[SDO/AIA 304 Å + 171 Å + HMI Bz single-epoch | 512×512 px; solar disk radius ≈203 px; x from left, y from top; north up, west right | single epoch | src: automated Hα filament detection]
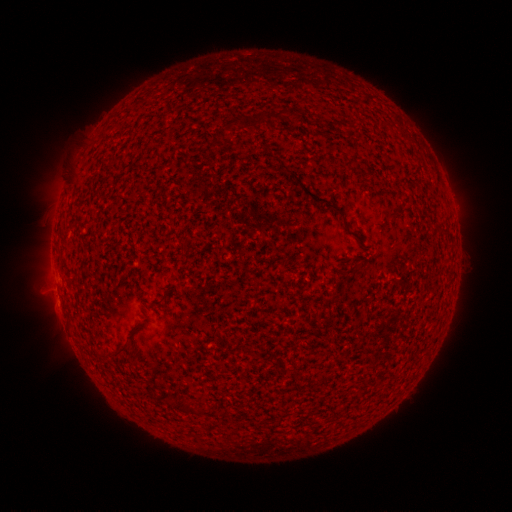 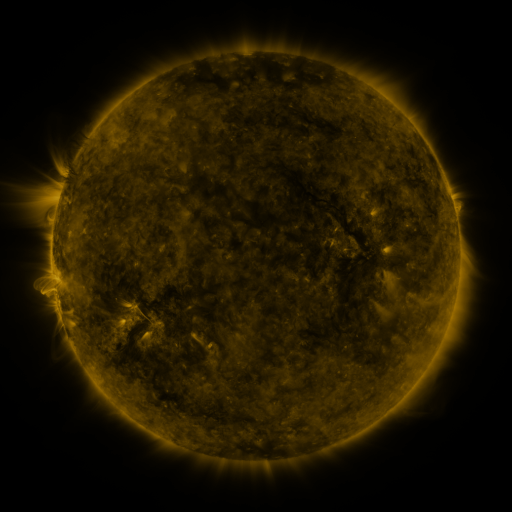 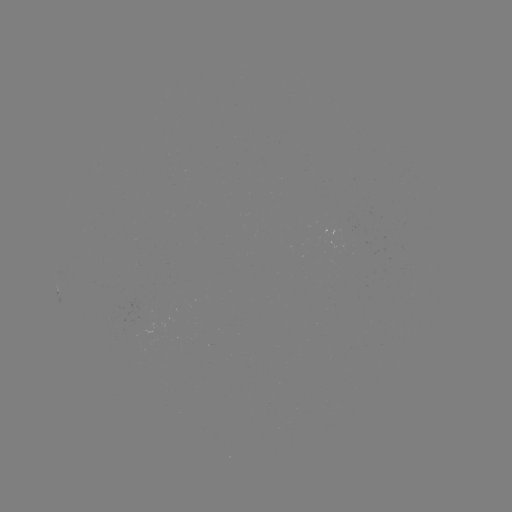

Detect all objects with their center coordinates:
filament: [274, 110, 287, 122]
filament: [252, 117, 265, 128]
filament: [224, 123, 235, 131]
filament: [296, 179, 346, 219]
filament: [108, 341, 128, 356]
filament: [301, 375, 309, 385]
filament: [172, 395, 197, 414]
